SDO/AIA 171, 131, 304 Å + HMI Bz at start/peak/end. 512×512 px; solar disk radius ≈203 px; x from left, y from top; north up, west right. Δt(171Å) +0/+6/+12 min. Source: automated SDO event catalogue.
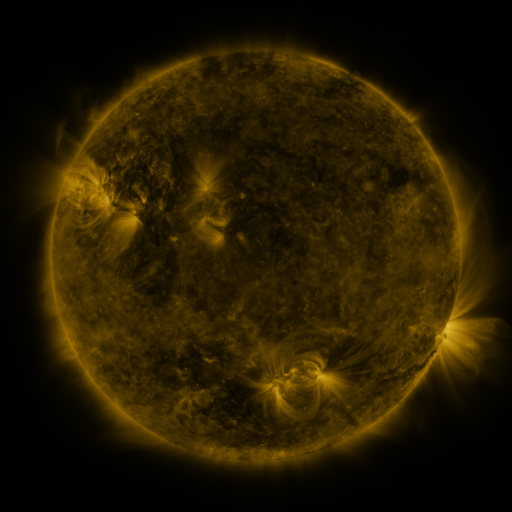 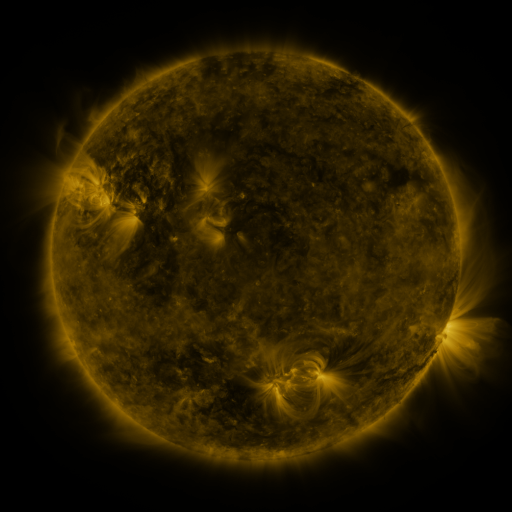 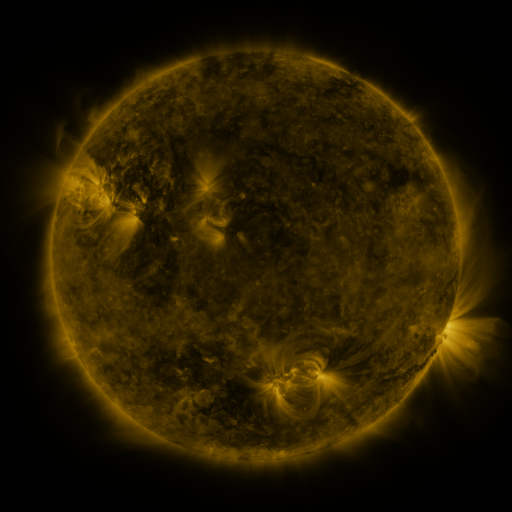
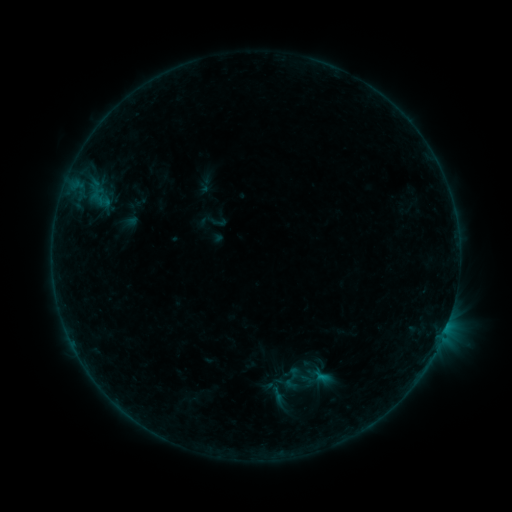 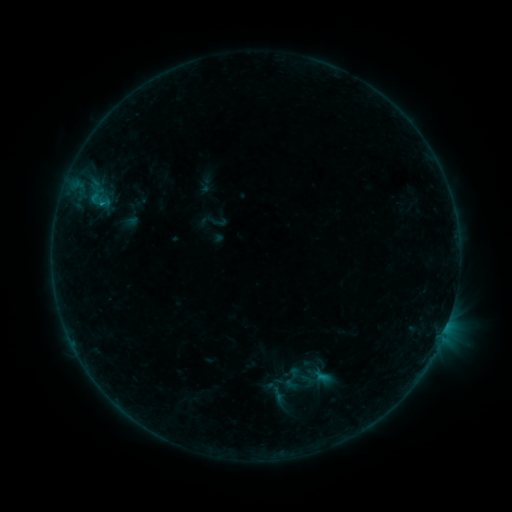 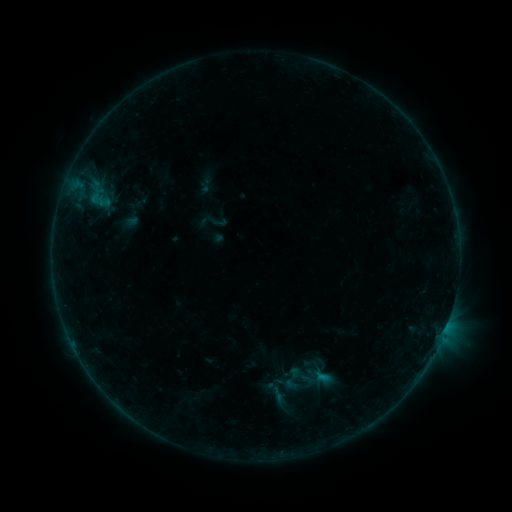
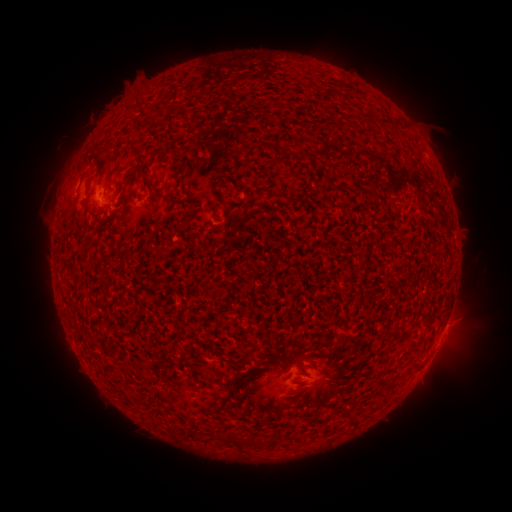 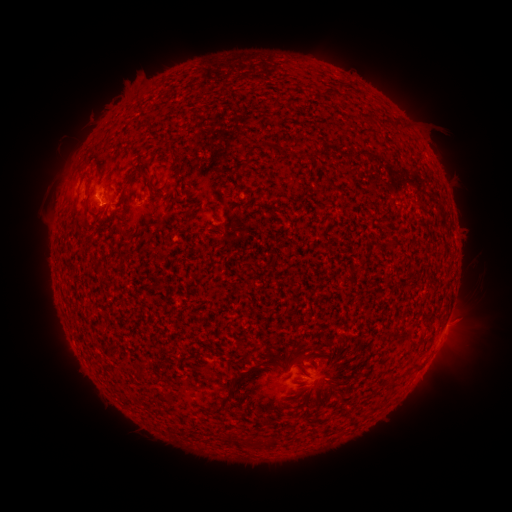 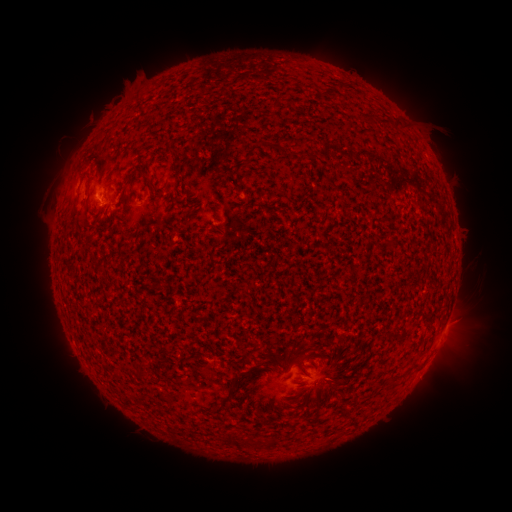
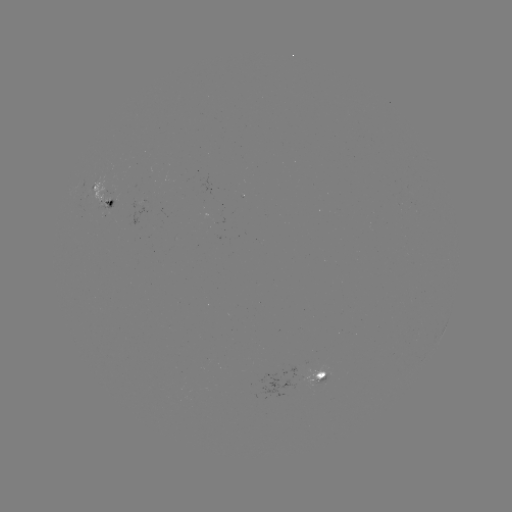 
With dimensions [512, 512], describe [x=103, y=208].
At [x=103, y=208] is B2.9 flare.